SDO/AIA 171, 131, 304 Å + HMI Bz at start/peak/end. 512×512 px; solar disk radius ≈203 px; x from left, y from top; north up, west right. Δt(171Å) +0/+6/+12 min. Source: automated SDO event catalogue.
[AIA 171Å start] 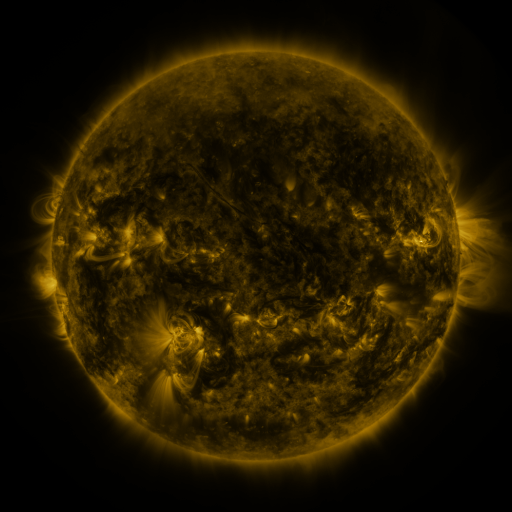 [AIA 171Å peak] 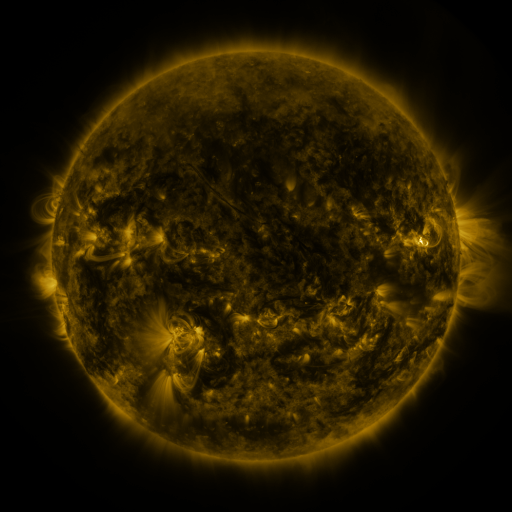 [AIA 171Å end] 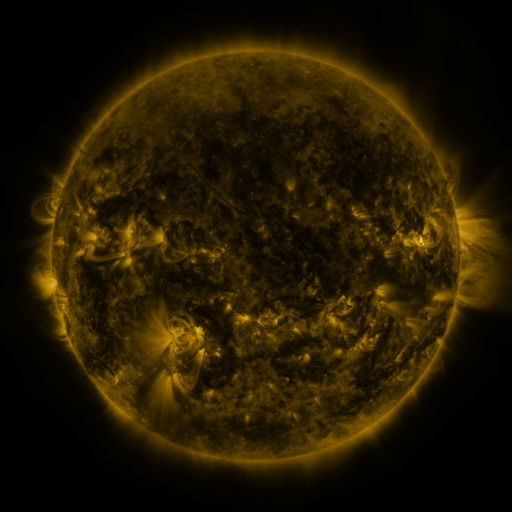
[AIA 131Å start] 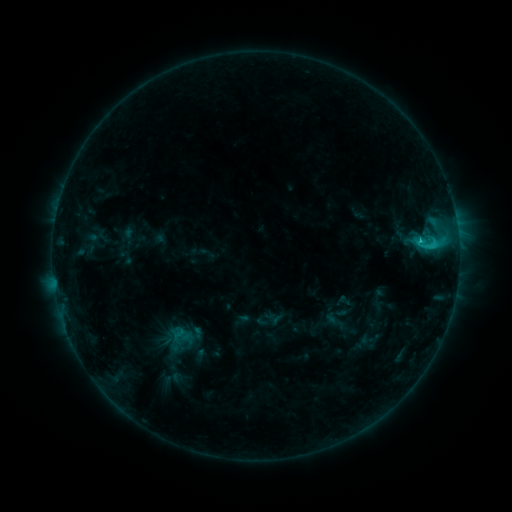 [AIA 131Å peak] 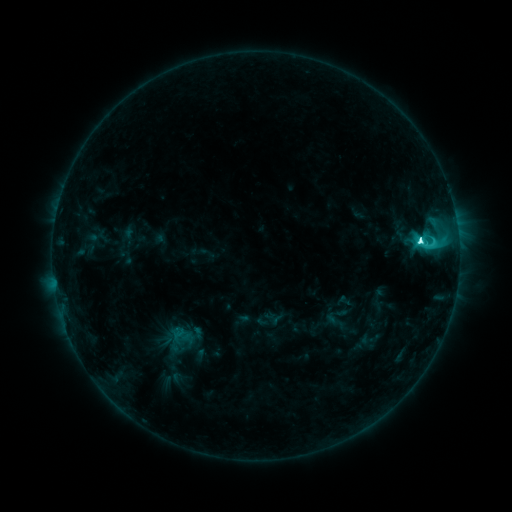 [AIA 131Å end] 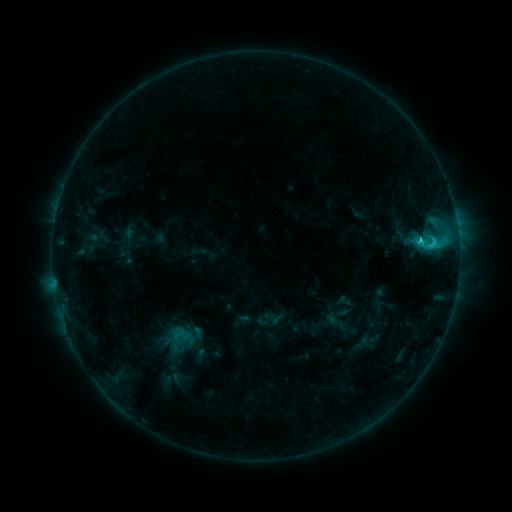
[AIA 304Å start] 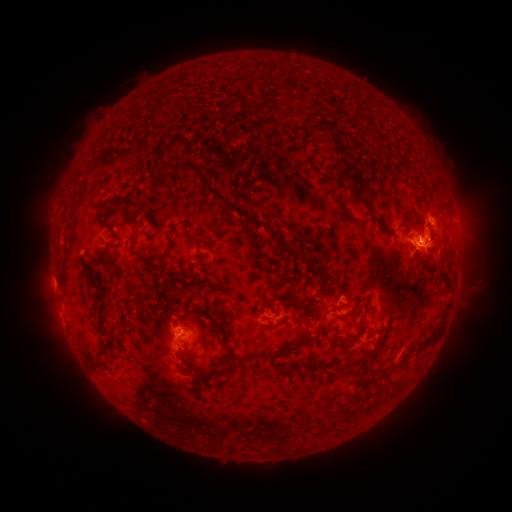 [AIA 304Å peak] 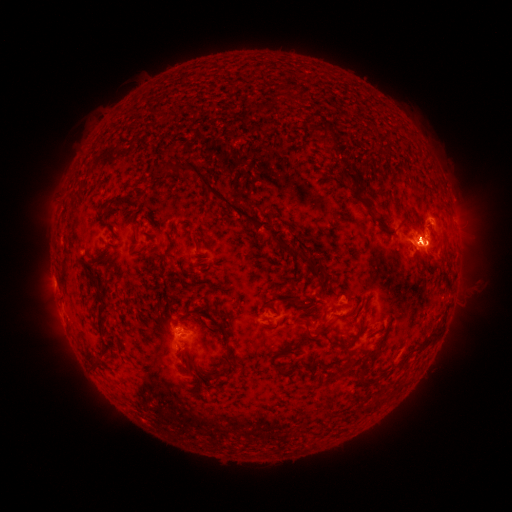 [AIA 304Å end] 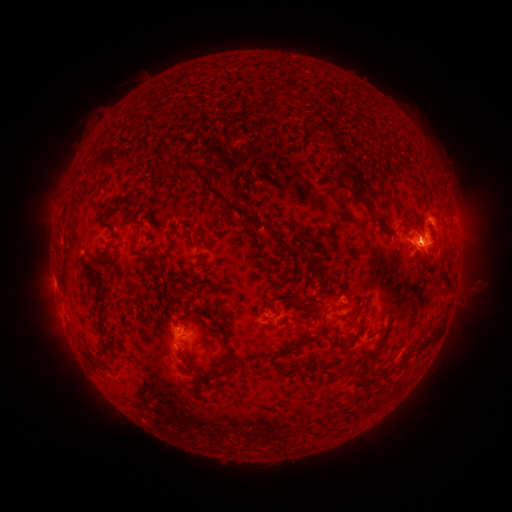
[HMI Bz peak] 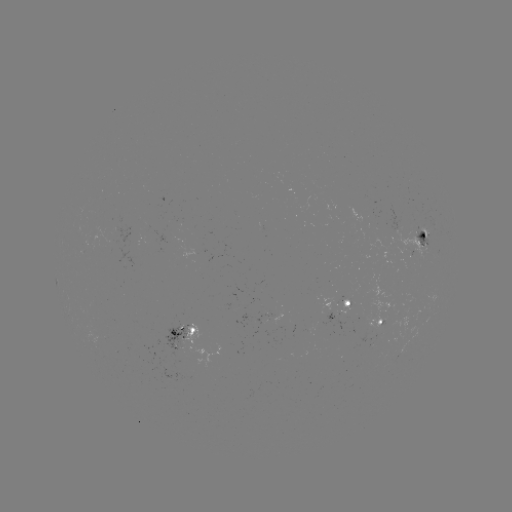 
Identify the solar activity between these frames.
eruption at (430, 245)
